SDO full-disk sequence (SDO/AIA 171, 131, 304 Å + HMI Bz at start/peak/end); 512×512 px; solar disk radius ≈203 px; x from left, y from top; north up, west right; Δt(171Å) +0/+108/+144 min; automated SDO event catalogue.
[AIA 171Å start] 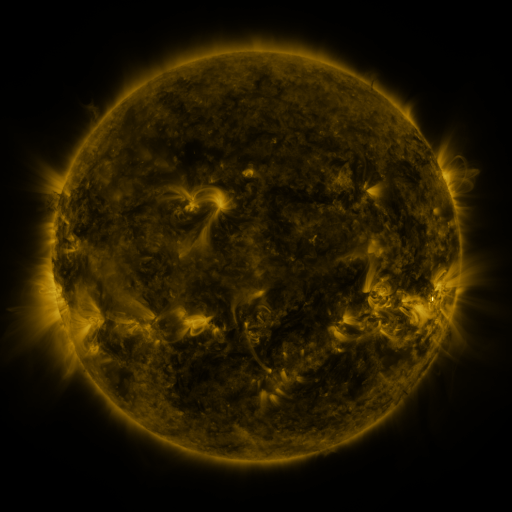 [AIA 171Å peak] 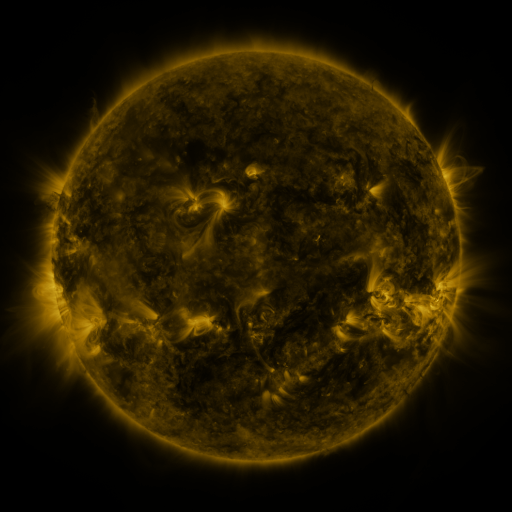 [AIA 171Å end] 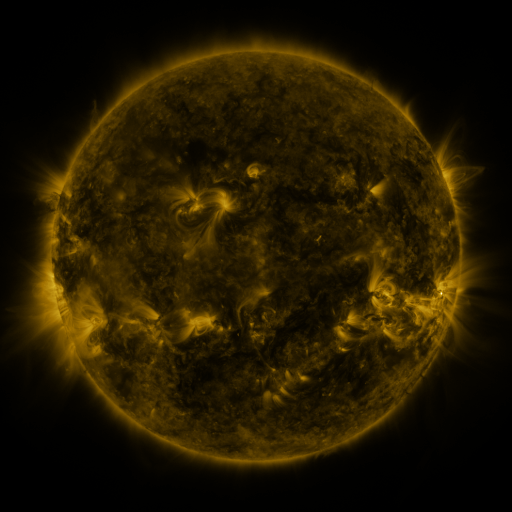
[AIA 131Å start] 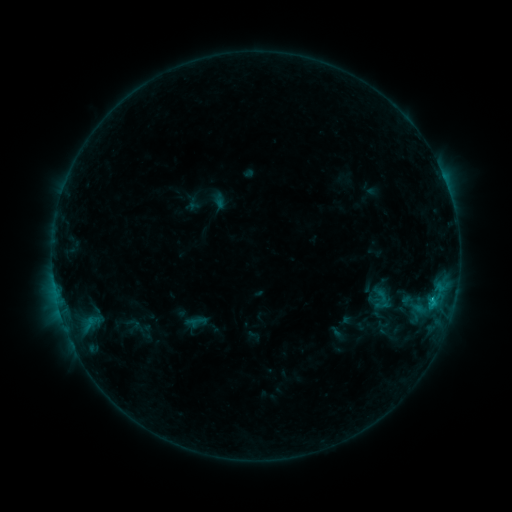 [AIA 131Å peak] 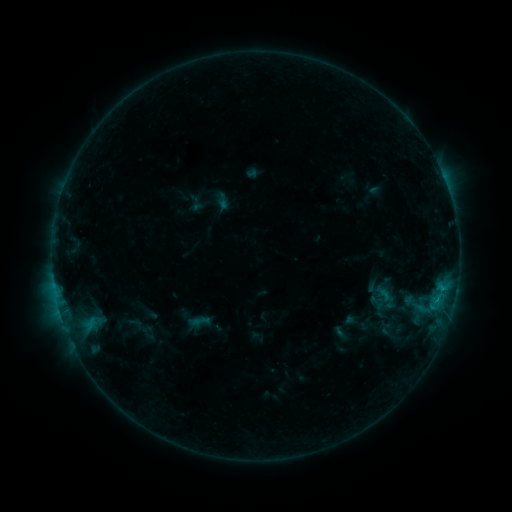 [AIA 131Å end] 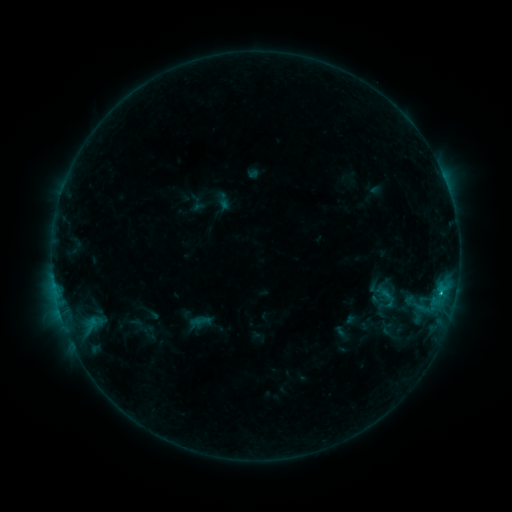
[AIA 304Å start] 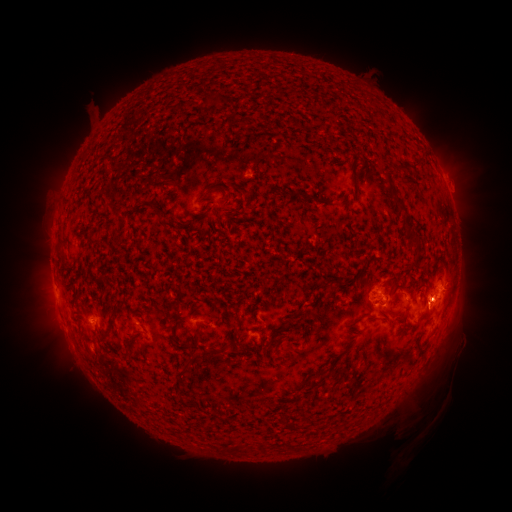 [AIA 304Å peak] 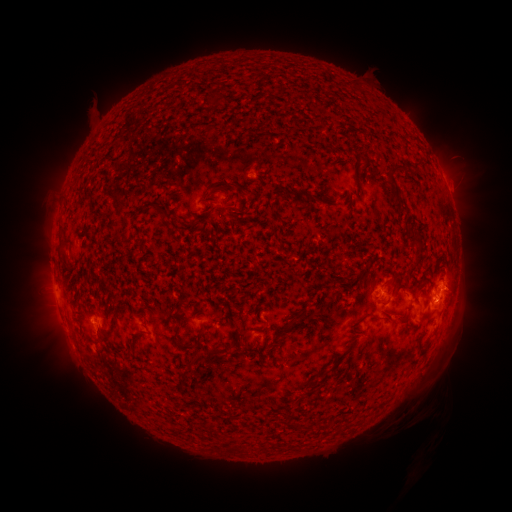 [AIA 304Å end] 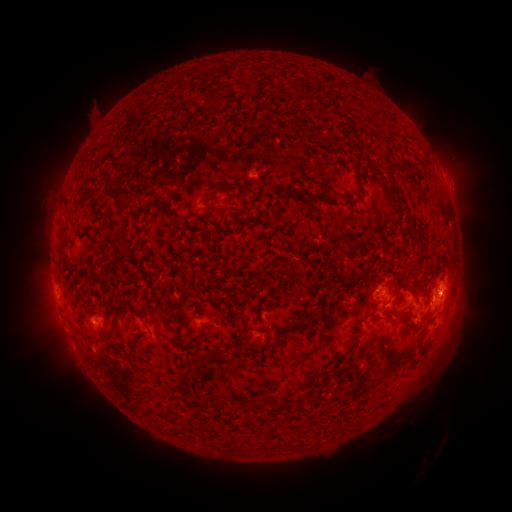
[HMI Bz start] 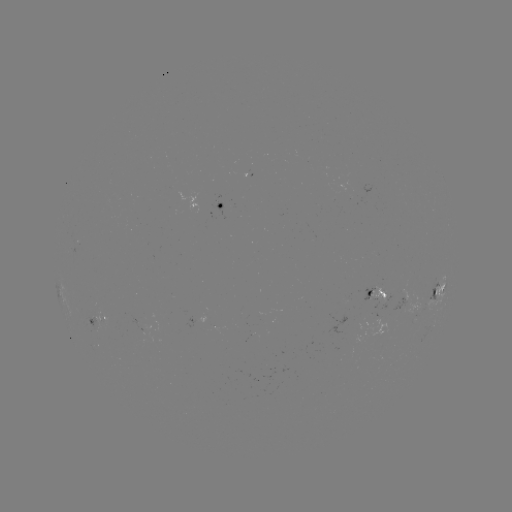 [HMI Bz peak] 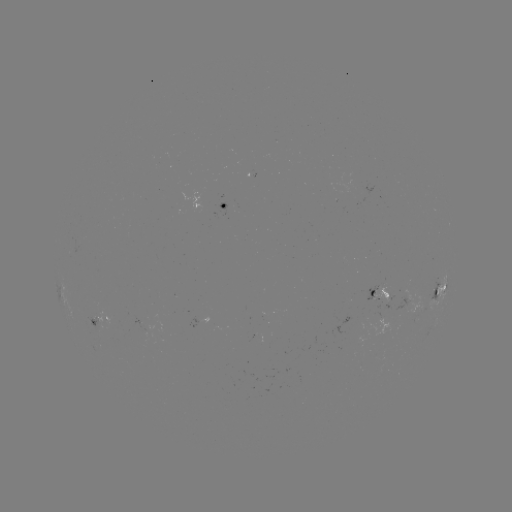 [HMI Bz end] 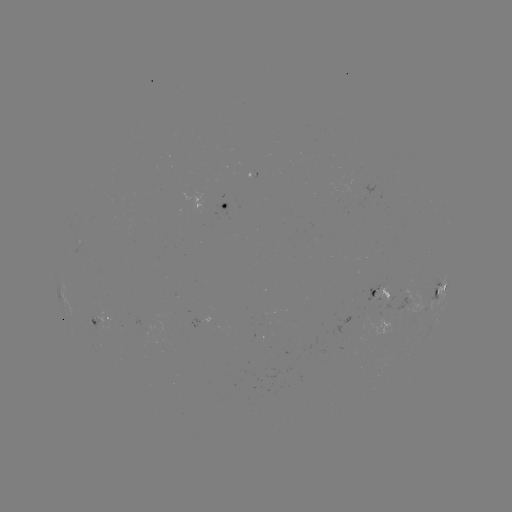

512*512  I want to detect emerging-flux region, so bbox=[137, 337, 151, 349].